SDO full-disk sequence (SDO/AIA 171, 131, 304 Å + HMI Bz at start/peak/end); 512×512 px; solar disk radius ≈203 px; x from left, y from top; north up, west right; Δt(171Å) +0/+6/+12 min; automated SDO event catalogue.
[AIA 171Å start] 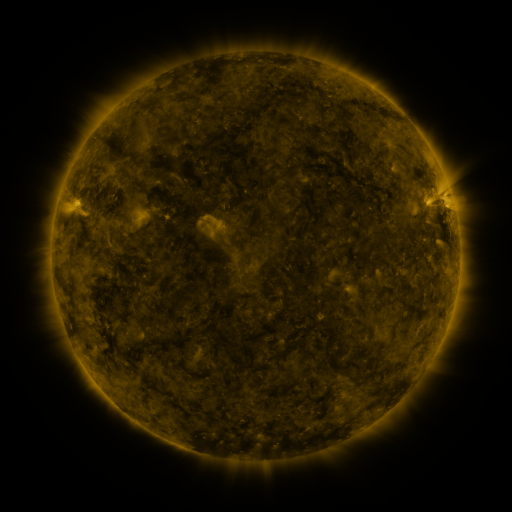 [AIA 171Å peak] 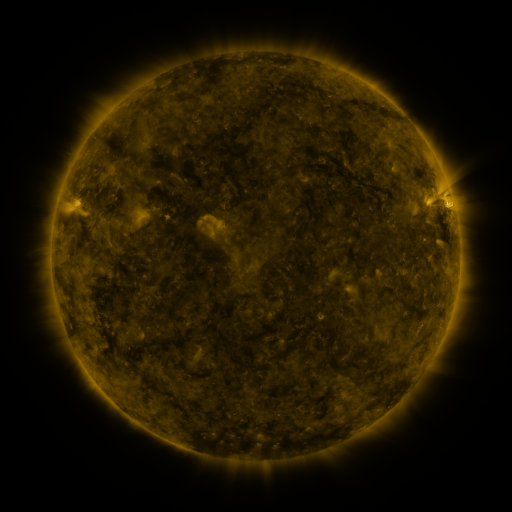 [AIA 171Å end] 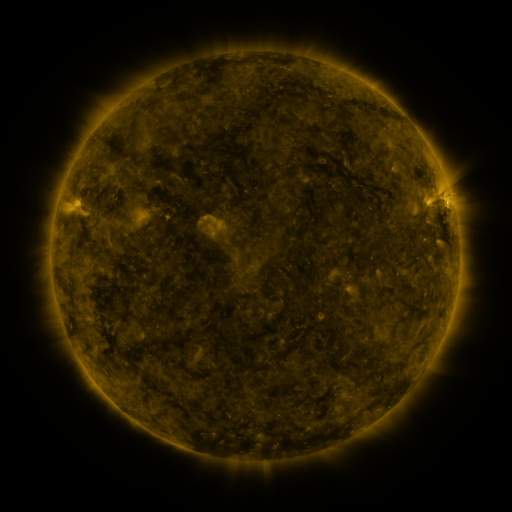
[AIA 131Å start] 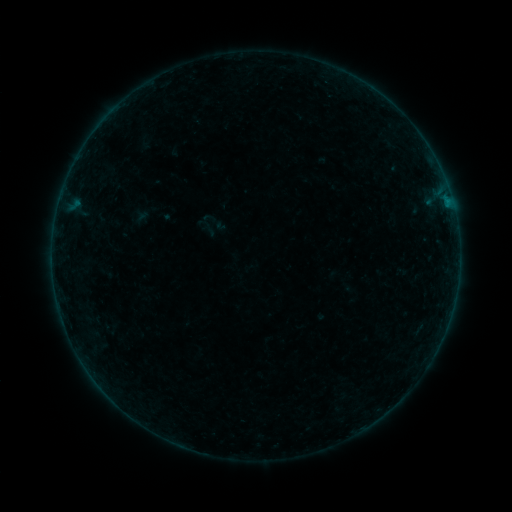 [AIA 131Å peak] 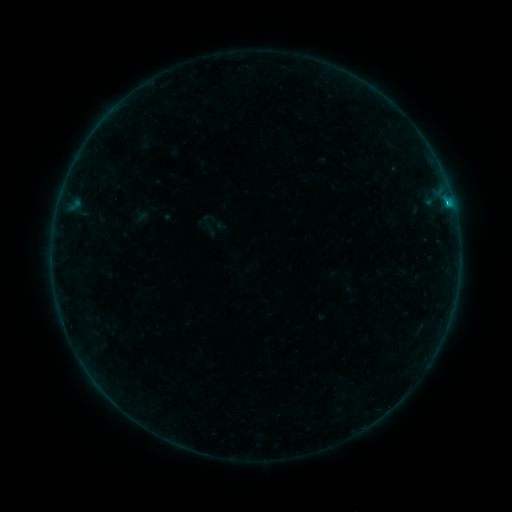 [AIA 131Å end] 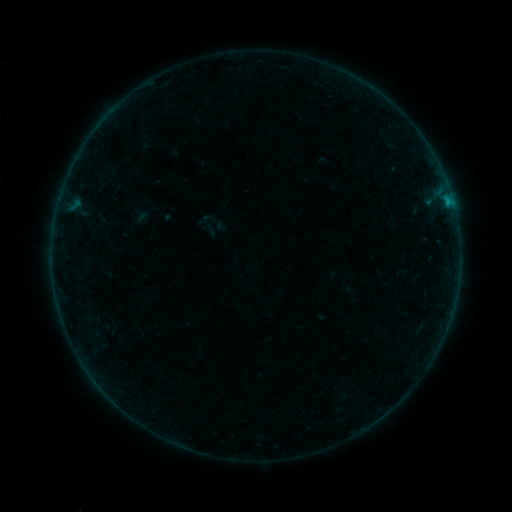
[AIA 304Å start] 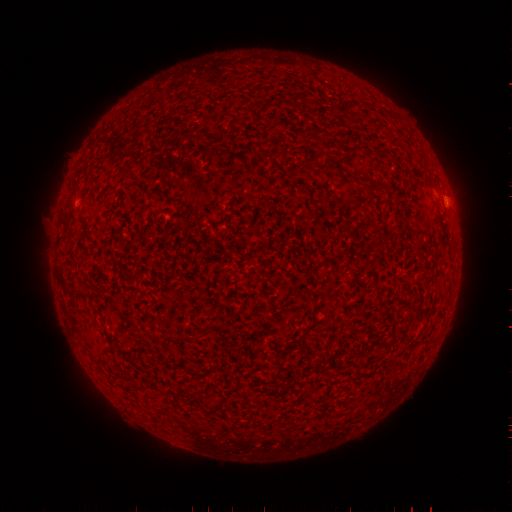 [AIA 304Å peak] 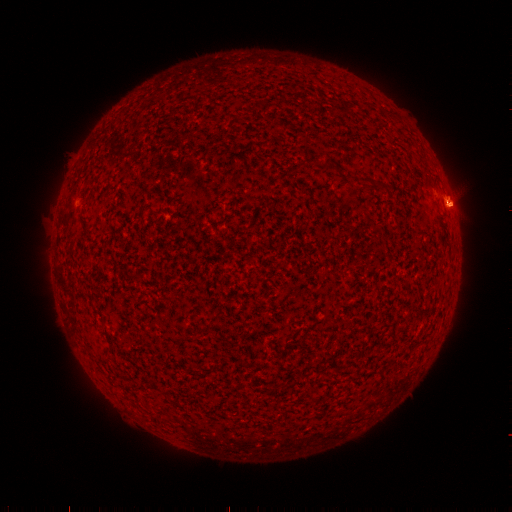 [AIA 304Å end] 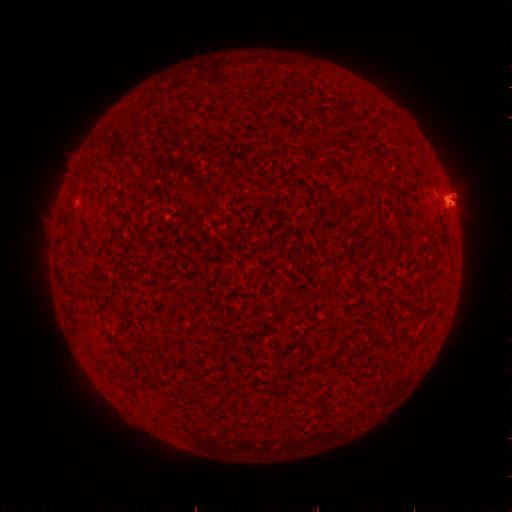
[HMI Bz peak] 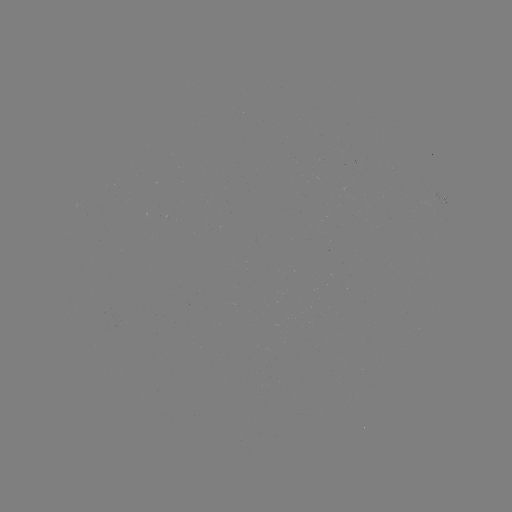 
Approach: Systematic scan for B8.8 flare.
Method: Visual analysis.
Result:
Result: B8.8 flare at (449, 207).